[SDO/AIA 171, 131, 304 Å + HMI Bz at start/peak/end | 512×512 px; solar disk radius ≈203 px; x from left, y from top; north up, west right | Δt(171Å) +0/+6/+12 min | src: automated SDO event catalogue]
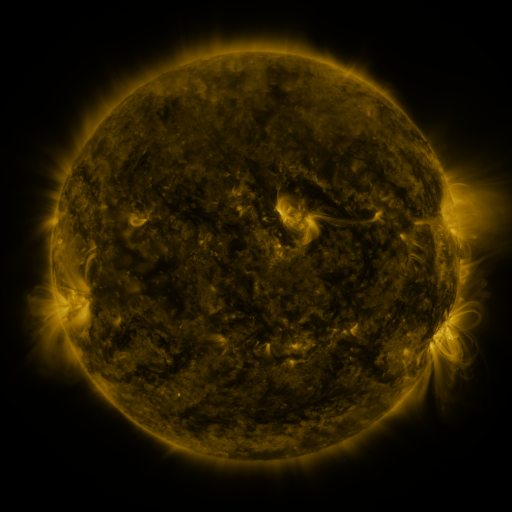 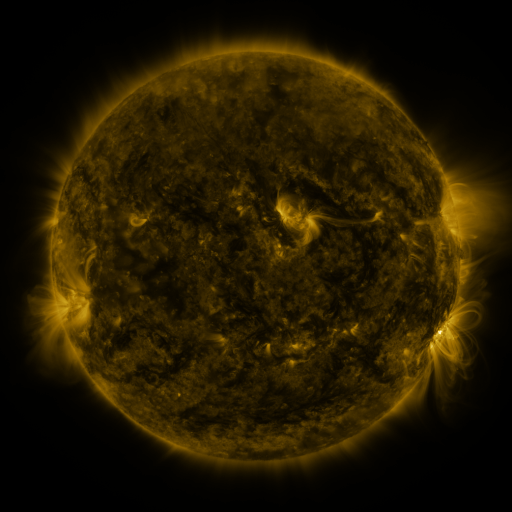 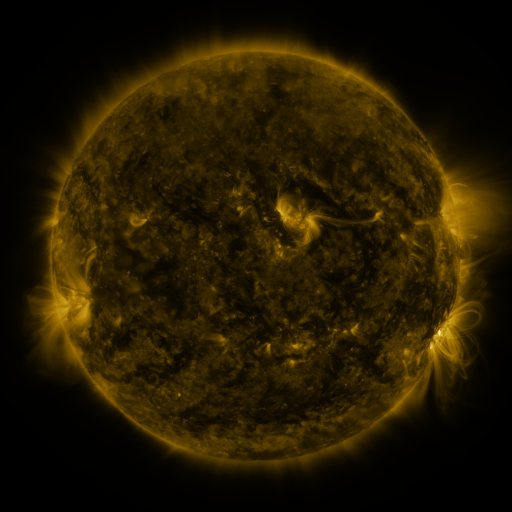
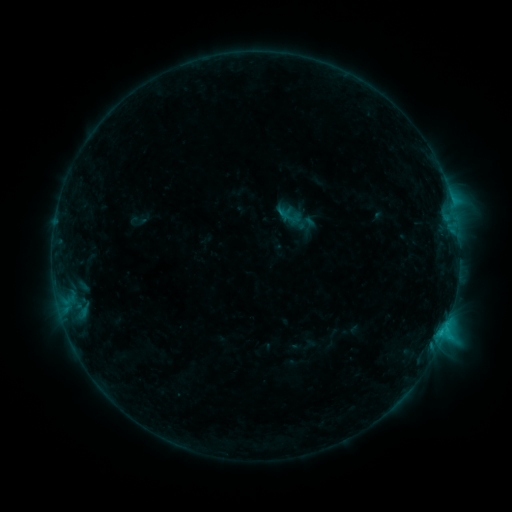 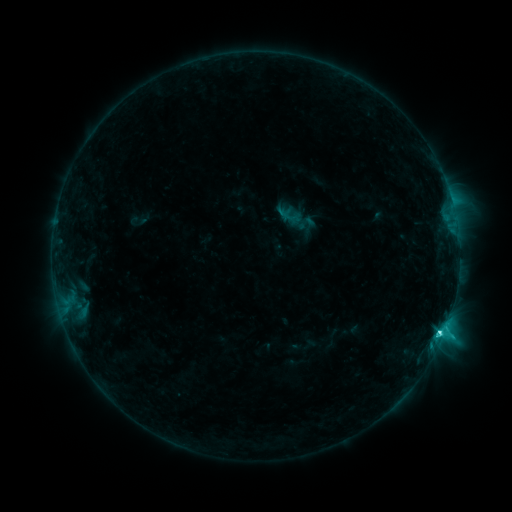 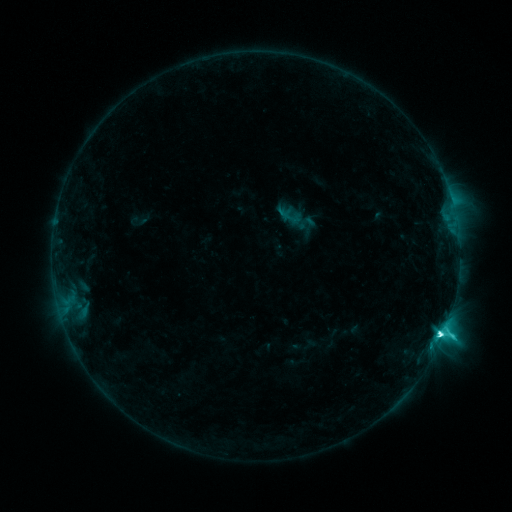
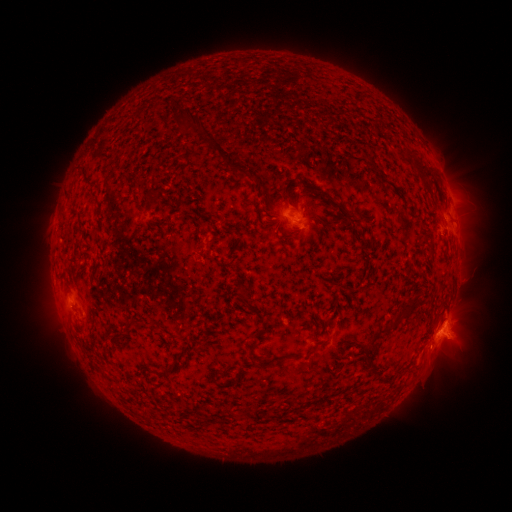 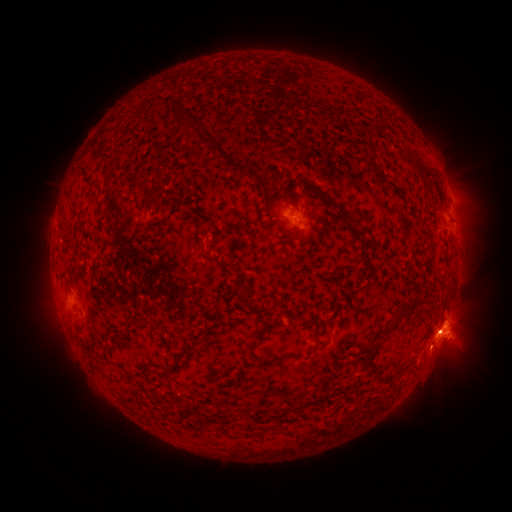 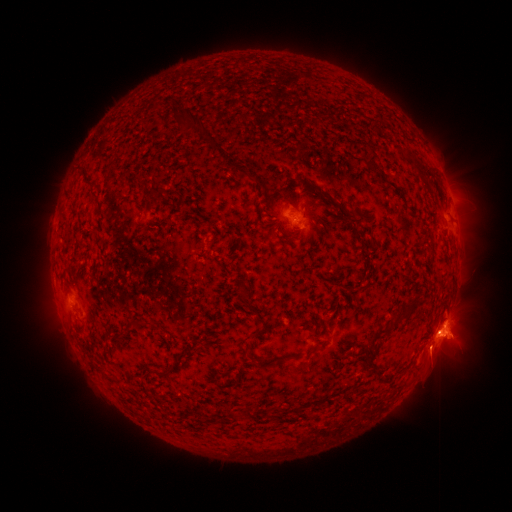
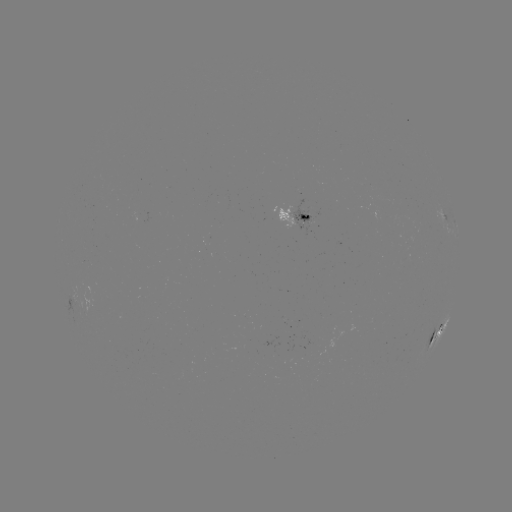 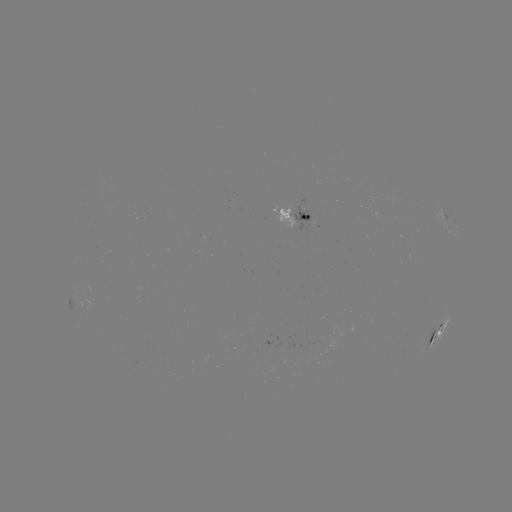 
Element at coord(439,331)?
C8.8 flare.